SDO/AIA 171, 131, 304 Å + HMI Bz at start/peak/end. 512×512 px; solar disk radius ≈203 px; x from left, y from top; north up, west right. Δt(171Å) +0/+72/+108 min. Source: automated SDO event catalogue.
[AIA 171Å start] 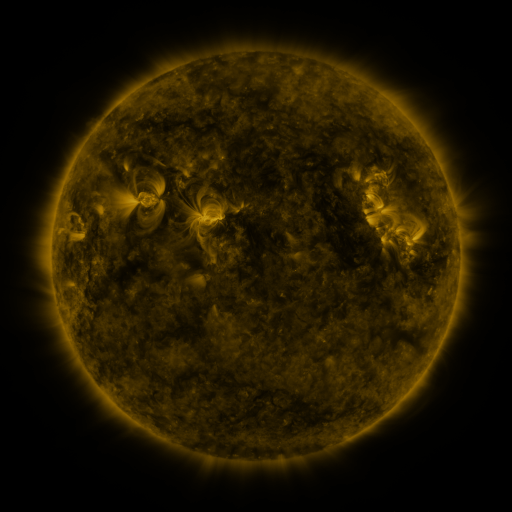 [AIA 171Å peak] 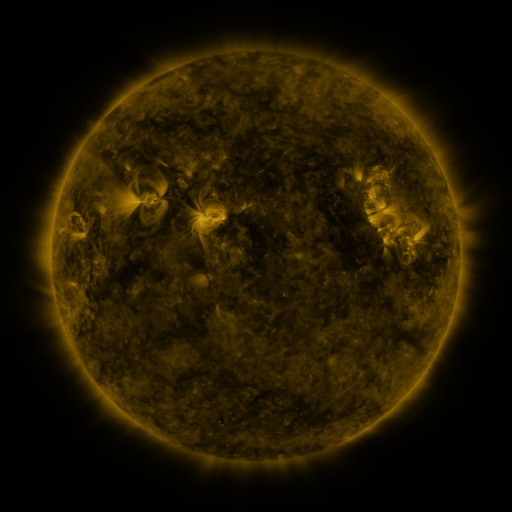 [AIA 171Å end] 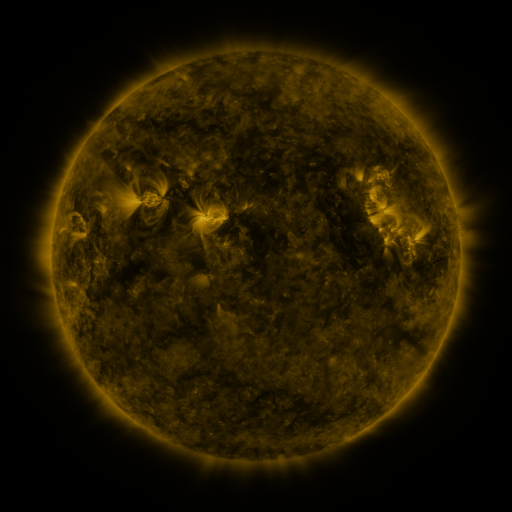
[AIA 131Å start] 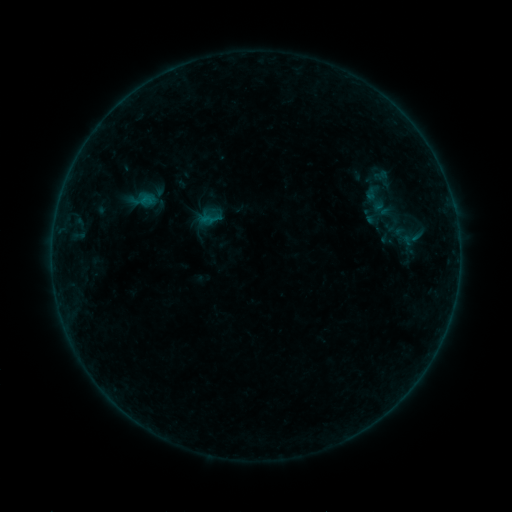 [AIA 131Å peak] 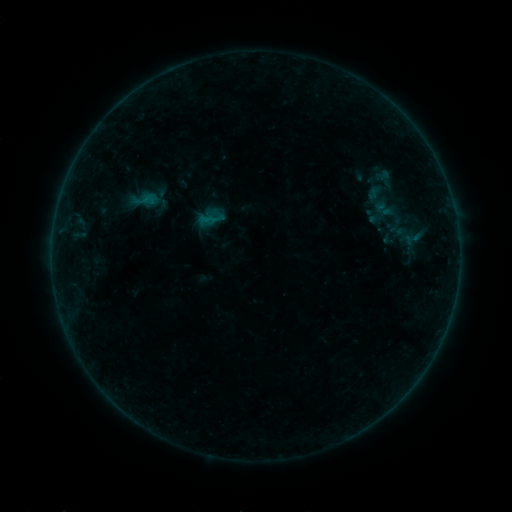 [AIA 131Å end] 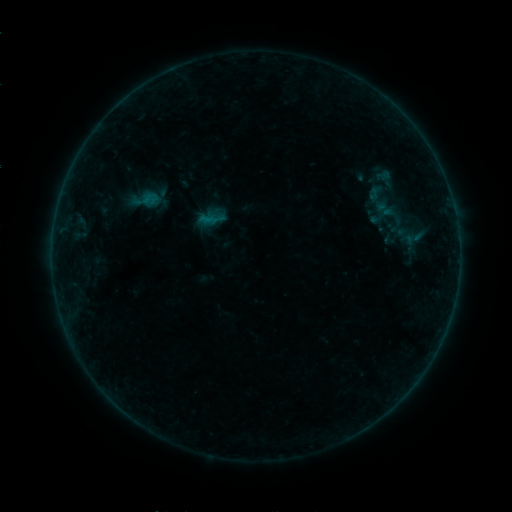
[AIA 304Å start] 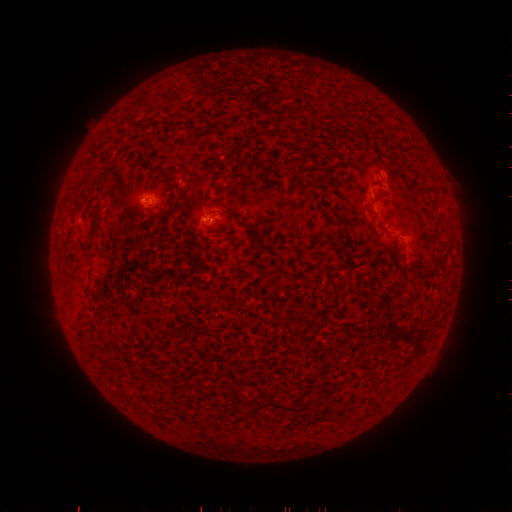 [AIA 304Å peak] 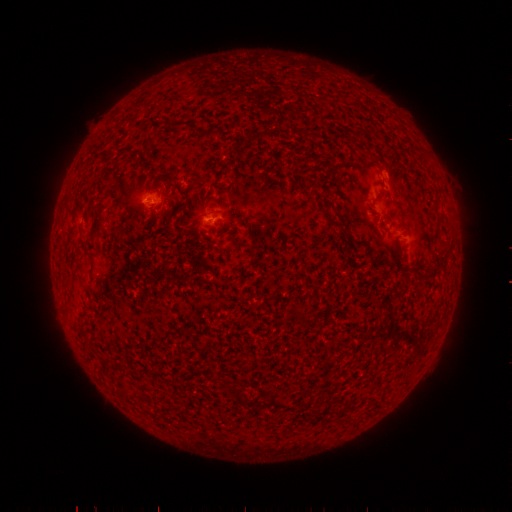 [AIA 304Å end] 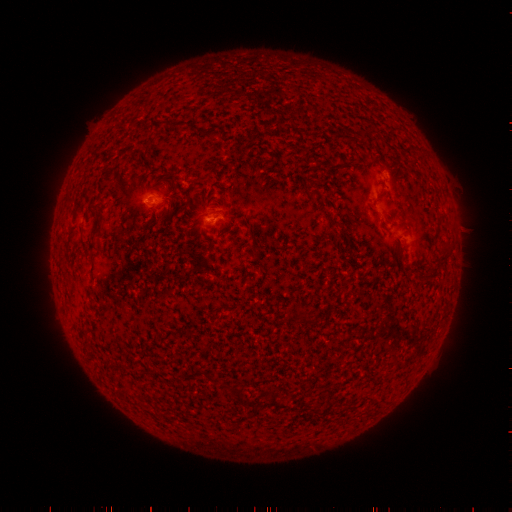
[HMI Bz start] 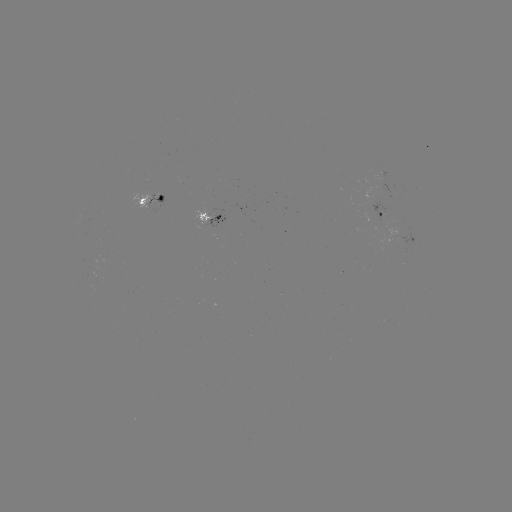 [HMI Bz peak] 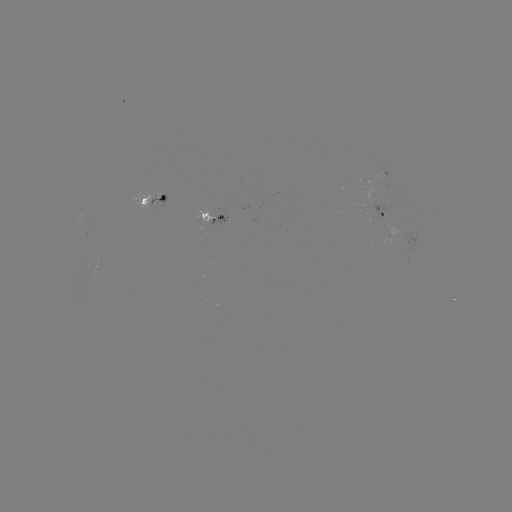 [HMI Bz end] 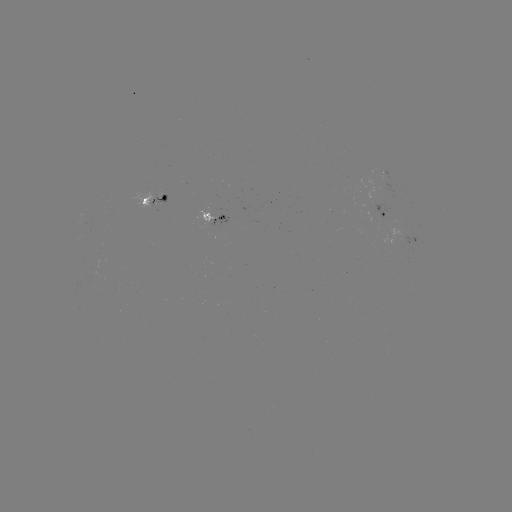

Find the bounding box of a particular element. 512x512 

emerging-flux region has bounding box [368, 201, 387, 221].